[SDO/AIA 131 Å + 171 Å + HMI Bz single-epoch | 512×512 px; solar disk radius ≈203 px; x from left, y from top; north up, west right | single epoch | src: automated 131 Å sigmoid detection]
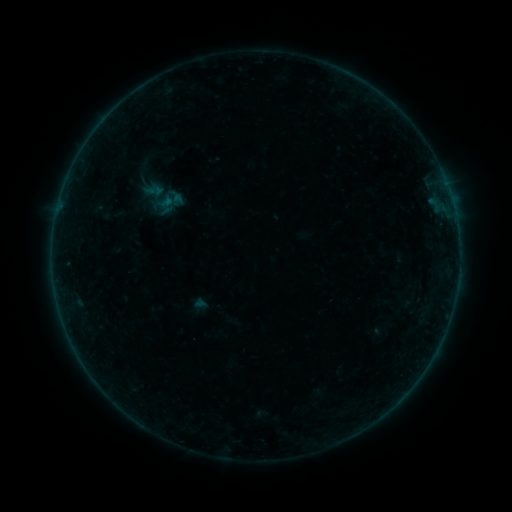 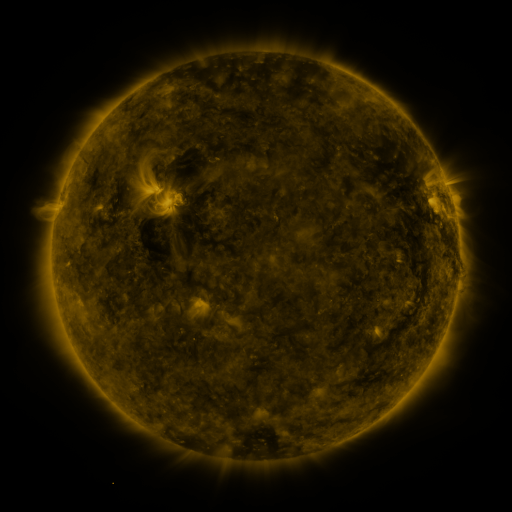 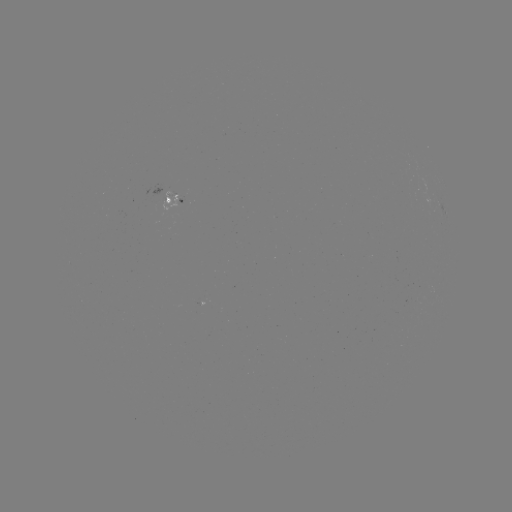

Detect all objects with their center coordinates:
sigmoid: (154, 191)
